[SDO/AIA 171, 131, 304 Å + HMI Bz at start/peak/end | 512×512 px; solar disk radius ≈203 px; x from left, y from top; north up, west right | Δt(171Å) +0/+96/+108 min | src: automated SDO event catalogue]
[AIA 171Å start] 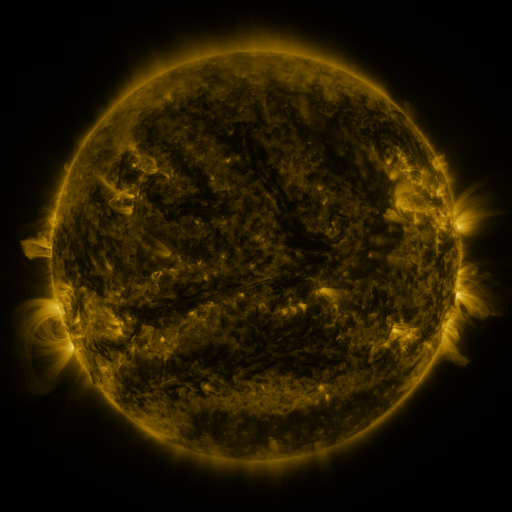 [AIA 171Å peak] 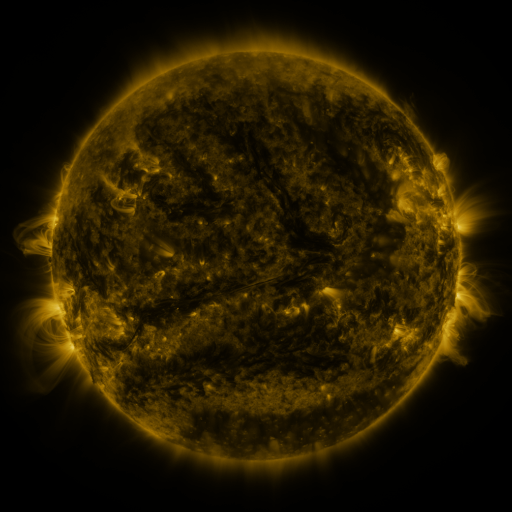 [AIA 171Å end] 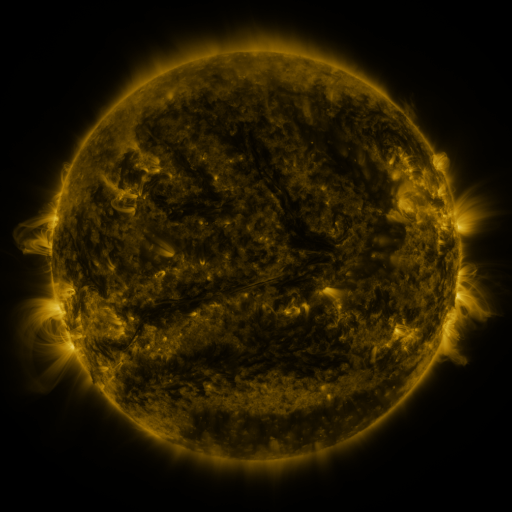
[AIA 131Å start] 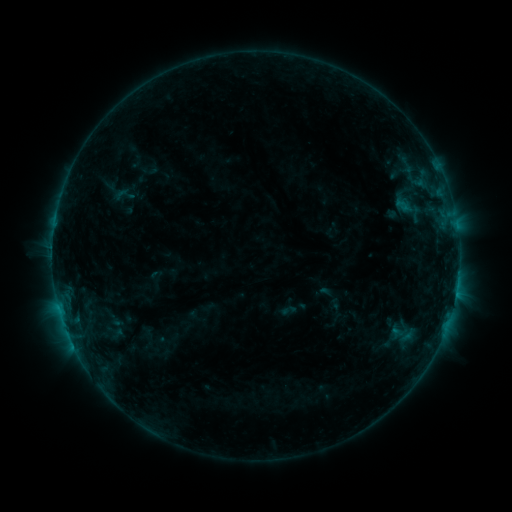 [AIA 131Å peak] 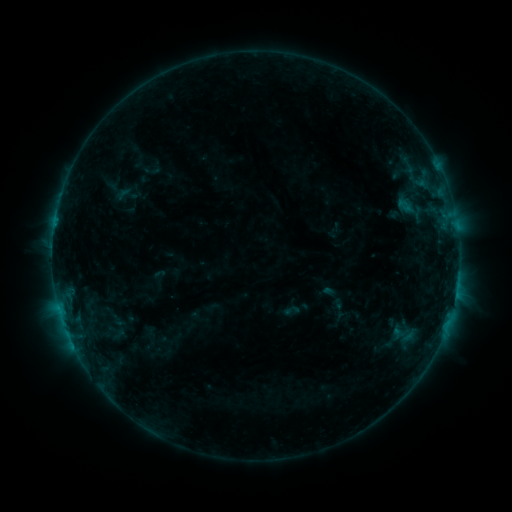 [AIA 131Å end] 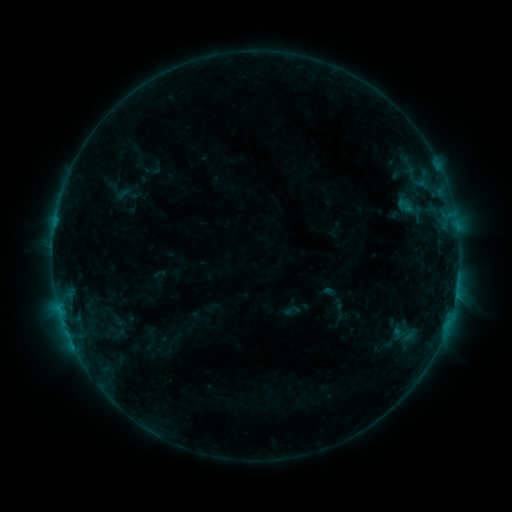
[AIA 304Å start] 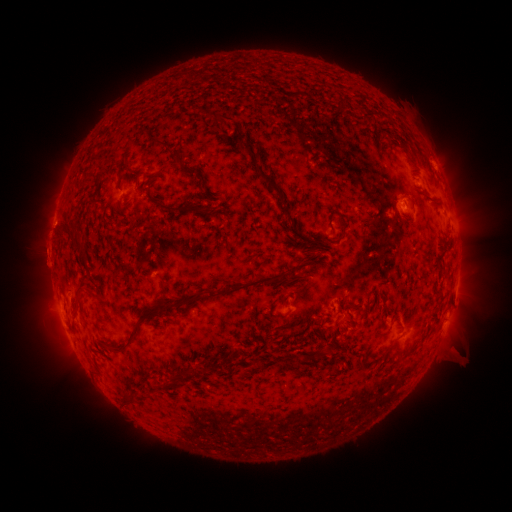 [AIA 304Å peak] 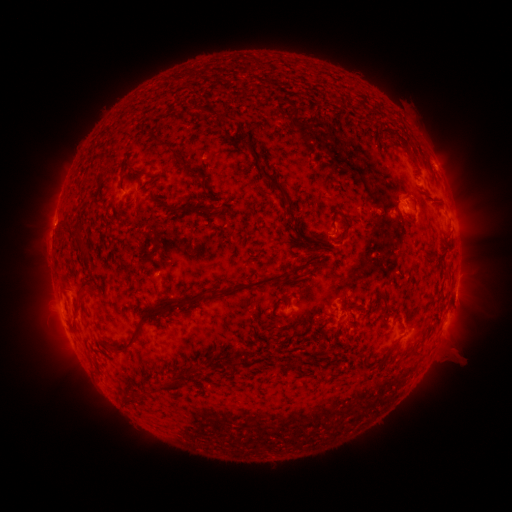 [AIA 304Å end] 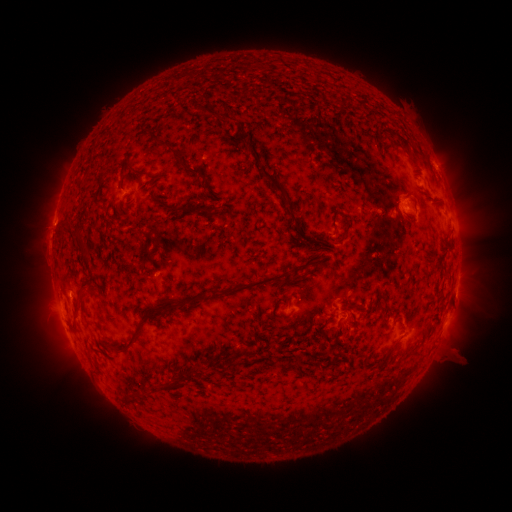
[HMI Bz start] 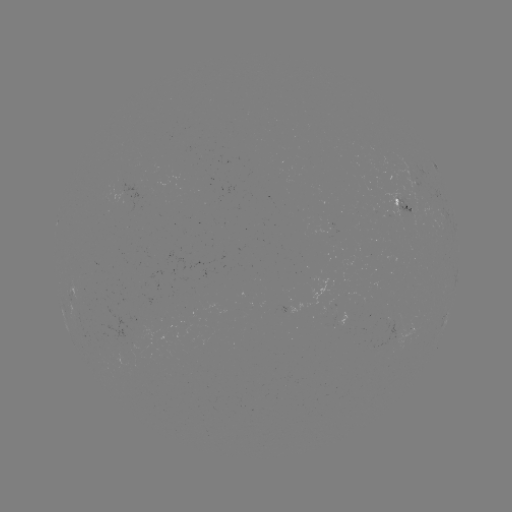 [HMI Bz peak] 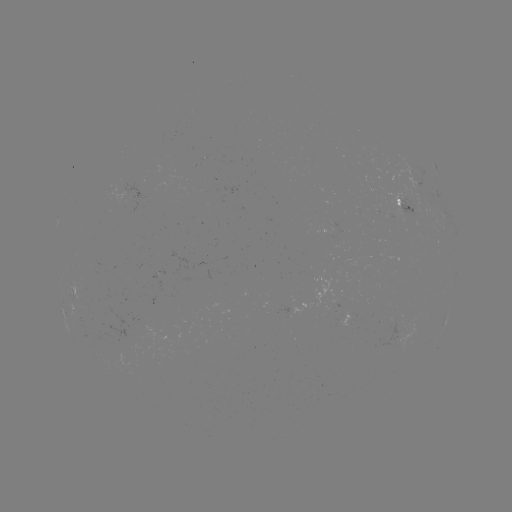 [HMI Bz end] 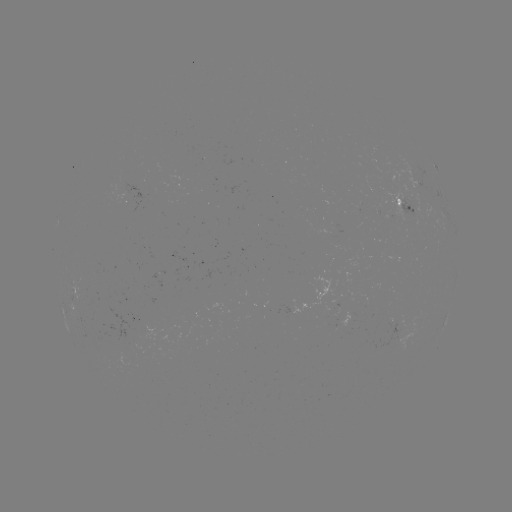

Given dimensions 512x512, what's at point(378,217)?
emerging-flux region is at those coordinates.